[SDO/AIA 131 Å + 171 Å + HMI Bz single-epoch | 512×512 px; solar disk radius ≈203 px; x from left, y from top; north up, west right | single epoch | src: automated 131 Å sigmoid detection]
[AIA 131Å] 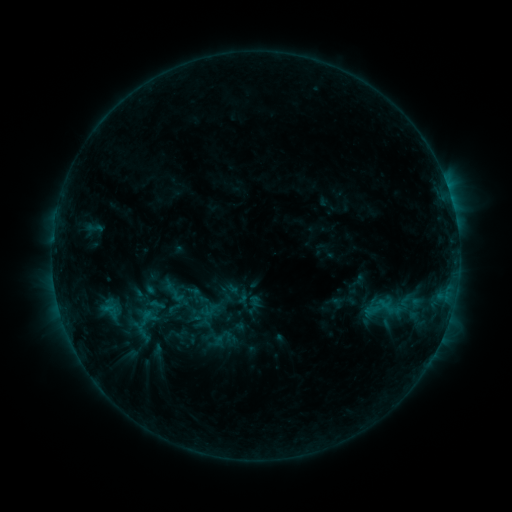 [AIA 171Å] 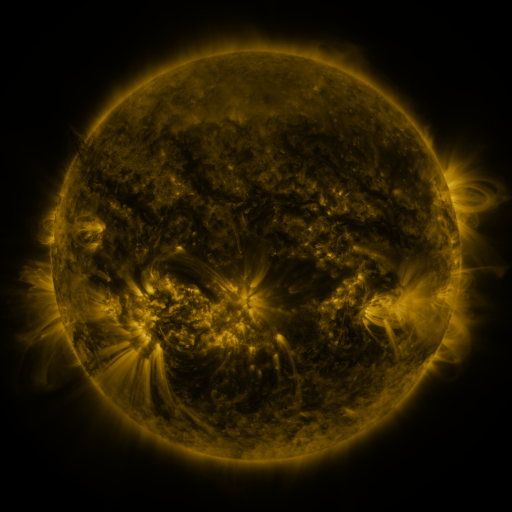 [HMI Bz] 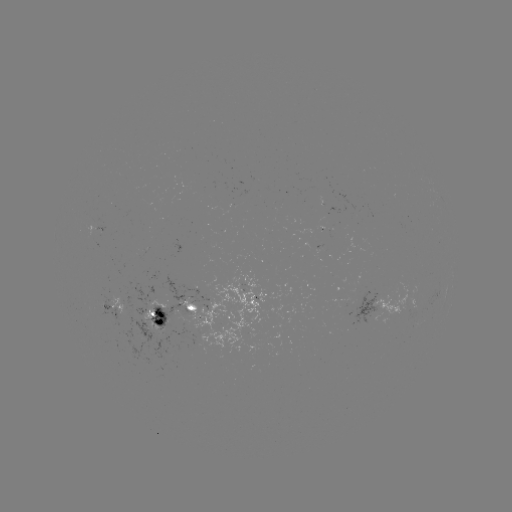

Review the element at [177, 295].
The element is sigmoid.